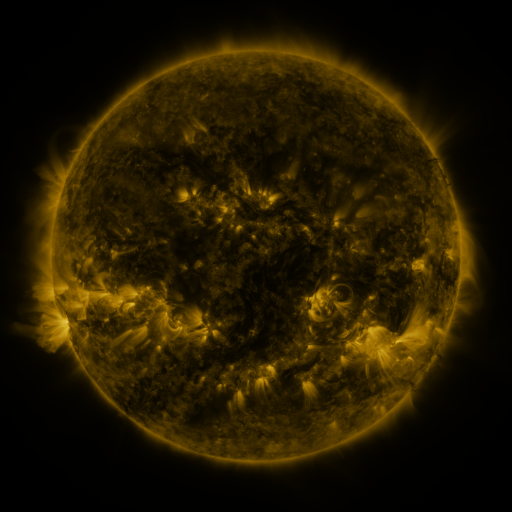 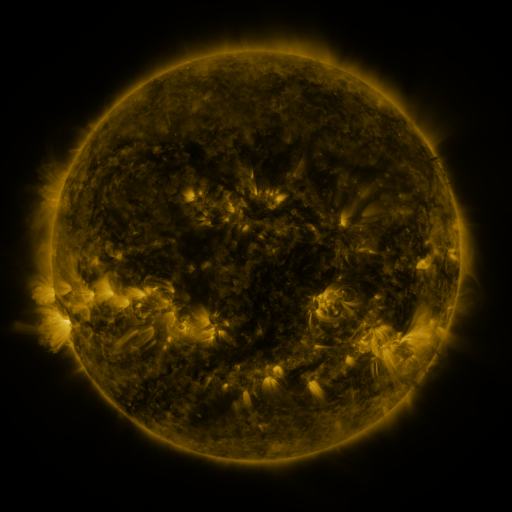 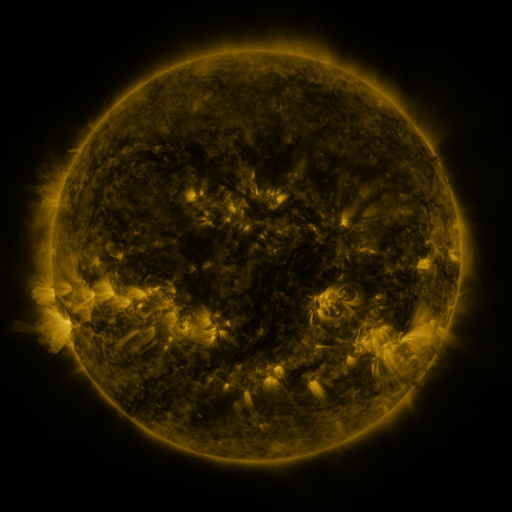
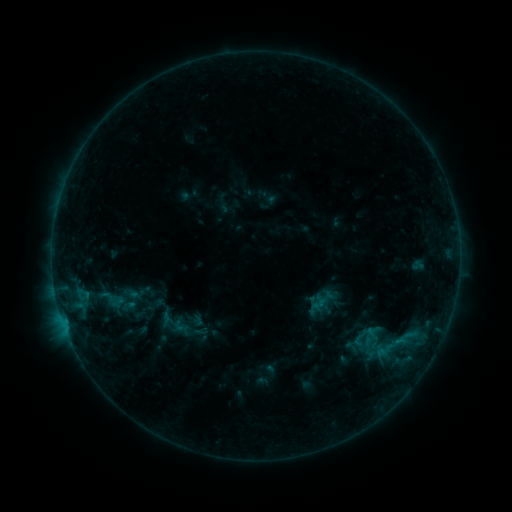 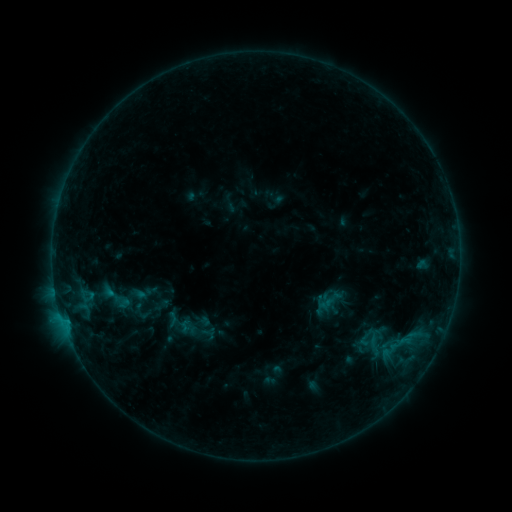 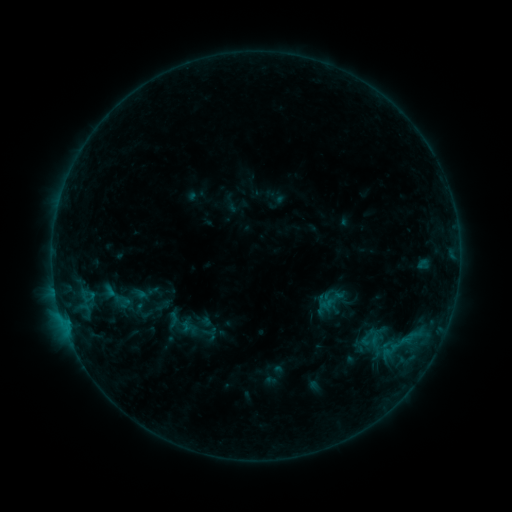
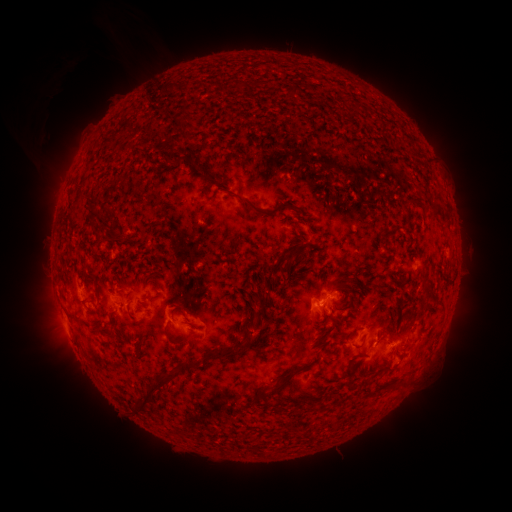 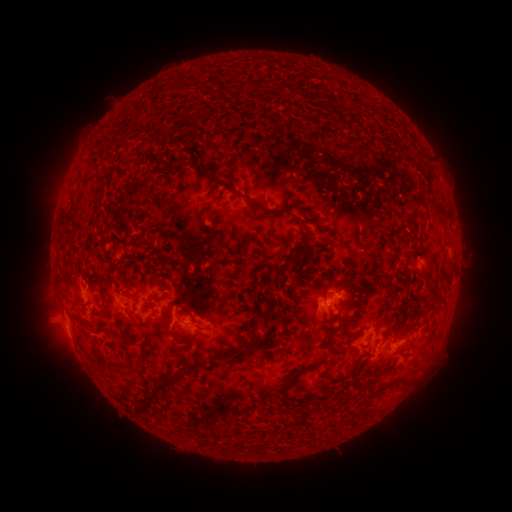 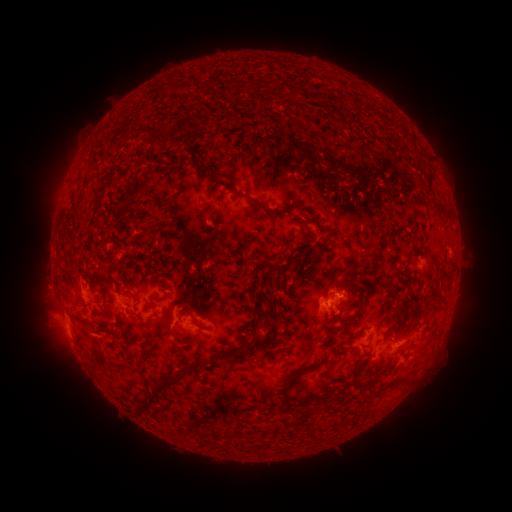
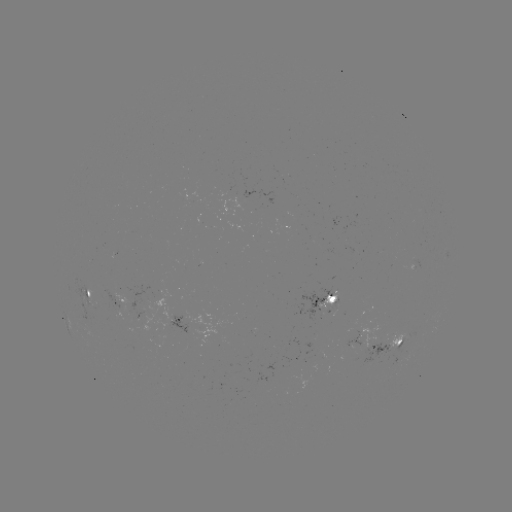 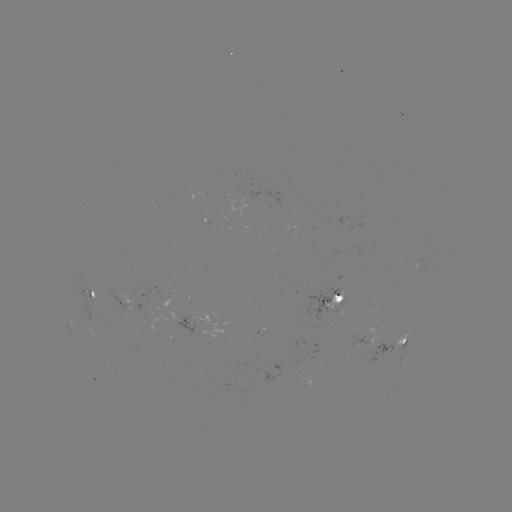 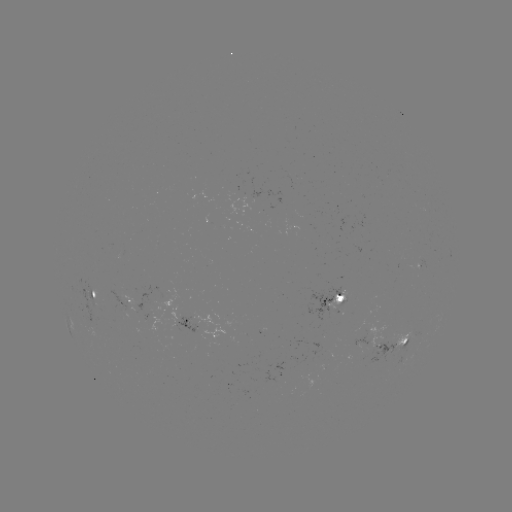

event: emerging-flux region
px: (408, 336)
